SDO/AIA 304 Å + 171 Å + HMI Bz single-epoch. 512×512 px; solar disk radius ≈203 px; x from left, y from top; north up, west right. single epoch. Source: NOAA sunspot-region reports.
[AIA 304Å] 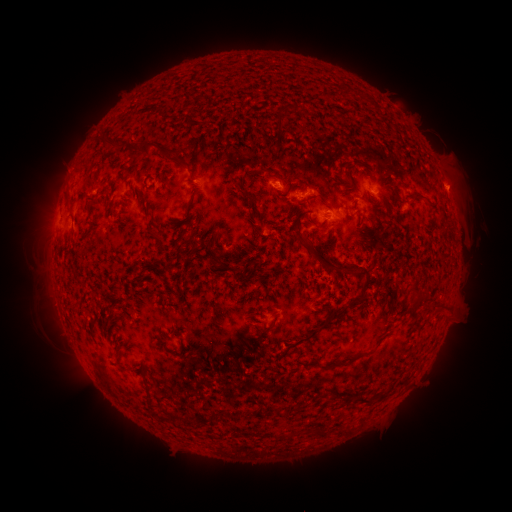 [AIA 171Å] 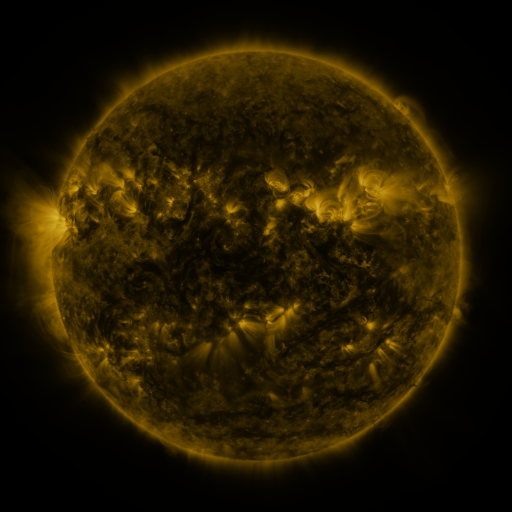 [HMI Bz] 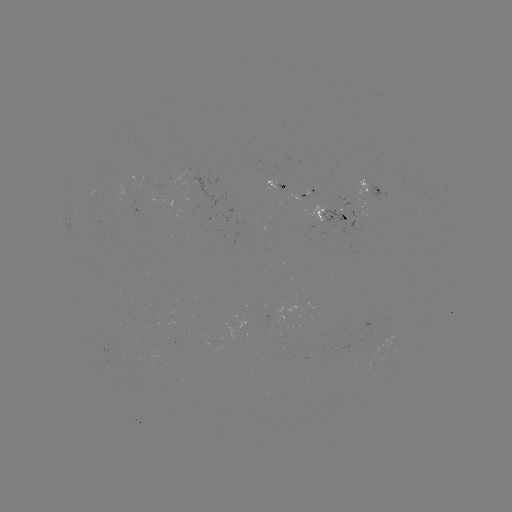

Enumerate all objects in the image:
spotted active region: (282, 183)
spotted active region: (377, 187)
spotted active region: (303, 197)
spotted active region: (337, 214)
